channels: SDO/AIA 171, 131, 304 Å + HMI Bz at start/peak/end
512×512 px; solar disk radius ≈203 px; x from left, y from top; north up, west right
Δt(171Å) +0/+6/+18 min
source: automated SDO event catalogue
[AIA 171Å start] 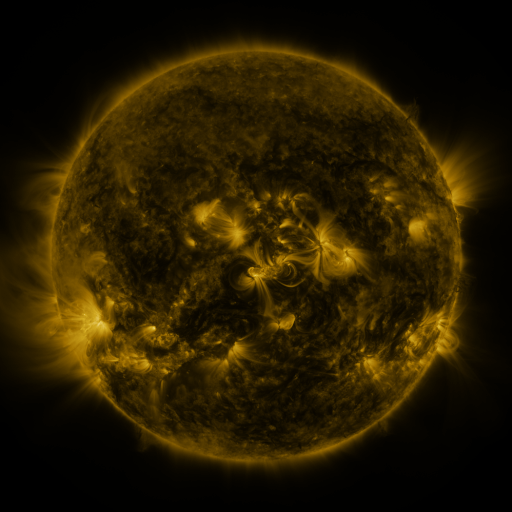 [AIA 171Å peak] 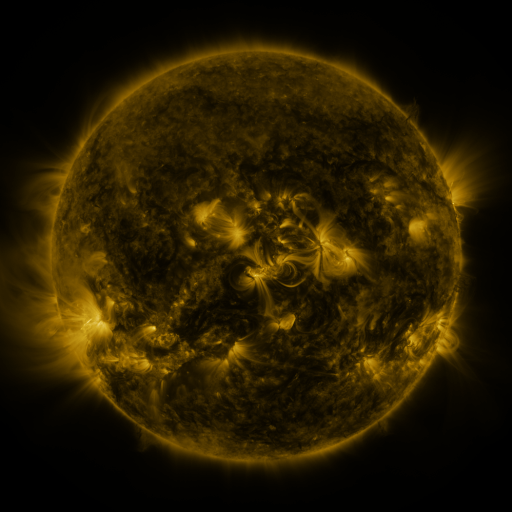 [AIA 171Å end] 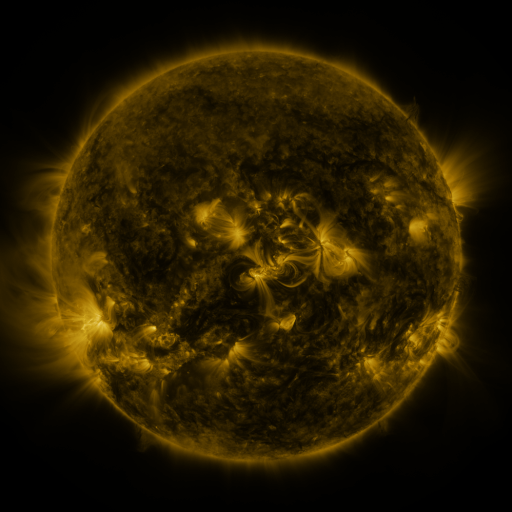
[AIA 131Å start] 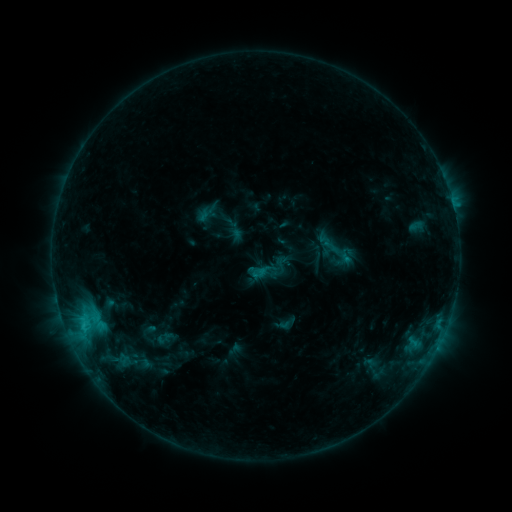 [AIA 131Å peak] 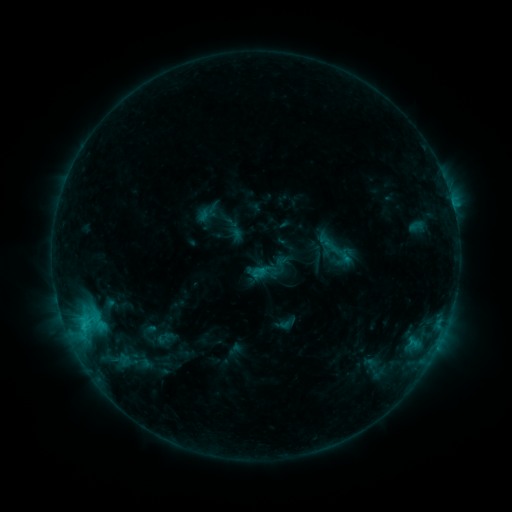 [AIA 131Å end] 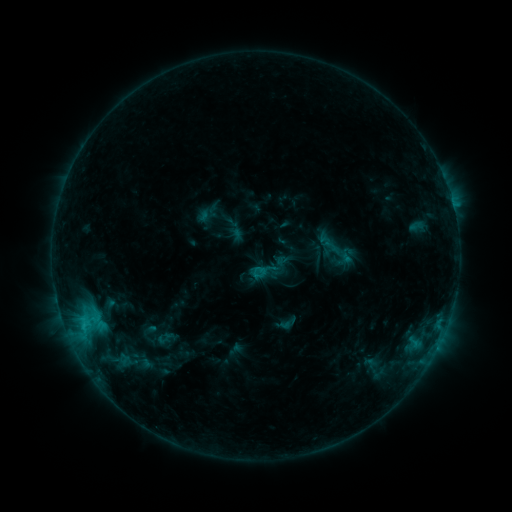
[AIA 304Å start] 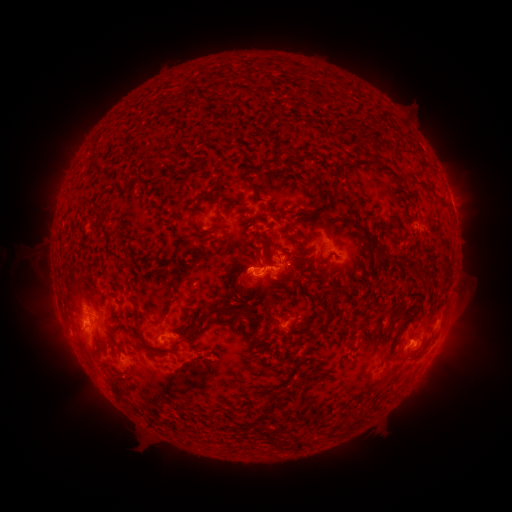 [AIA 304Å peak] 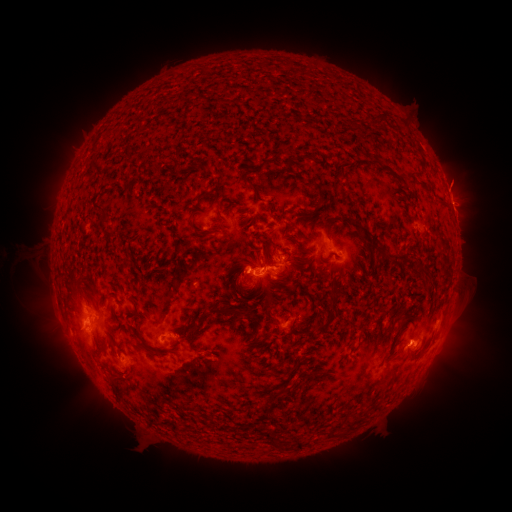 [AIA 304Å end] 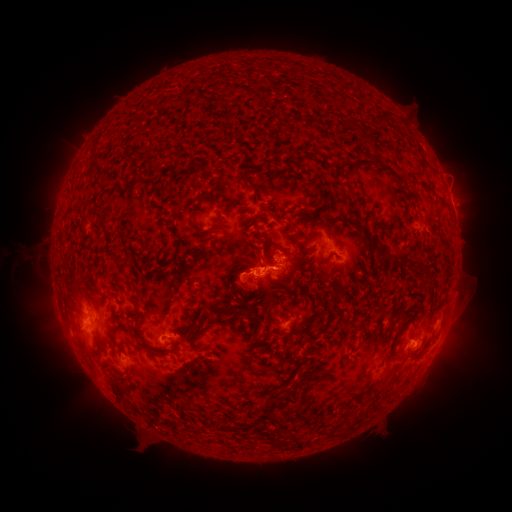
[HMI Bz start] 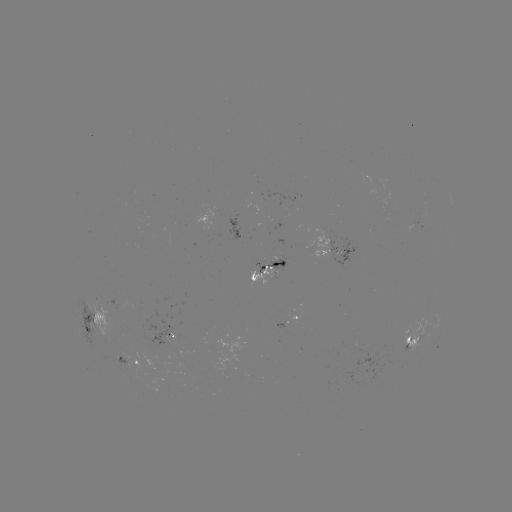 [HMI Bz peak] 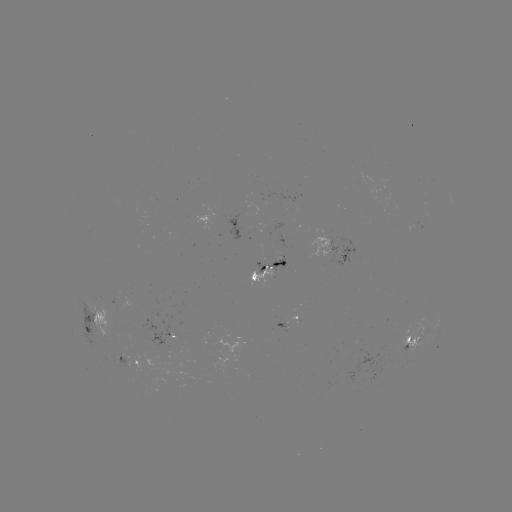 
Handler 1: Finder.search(eruption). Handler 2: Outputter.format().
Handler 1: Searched eruption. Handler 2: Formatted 458,177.